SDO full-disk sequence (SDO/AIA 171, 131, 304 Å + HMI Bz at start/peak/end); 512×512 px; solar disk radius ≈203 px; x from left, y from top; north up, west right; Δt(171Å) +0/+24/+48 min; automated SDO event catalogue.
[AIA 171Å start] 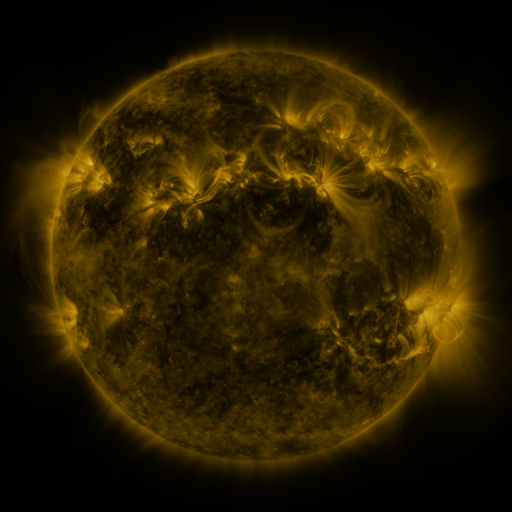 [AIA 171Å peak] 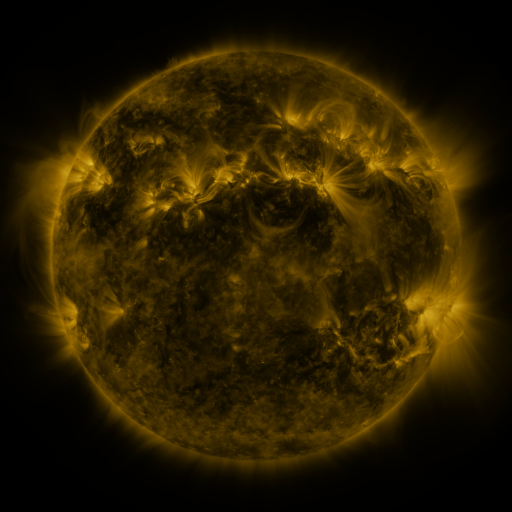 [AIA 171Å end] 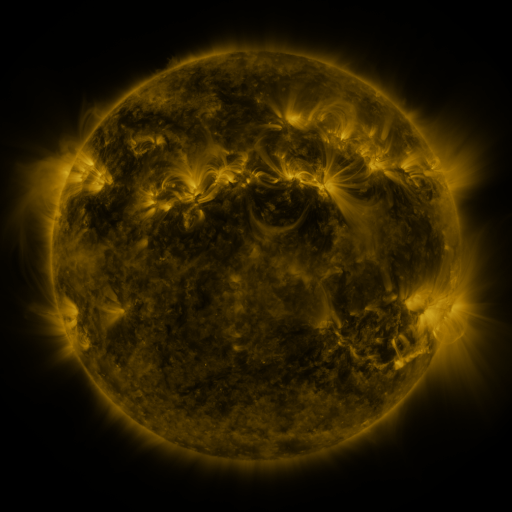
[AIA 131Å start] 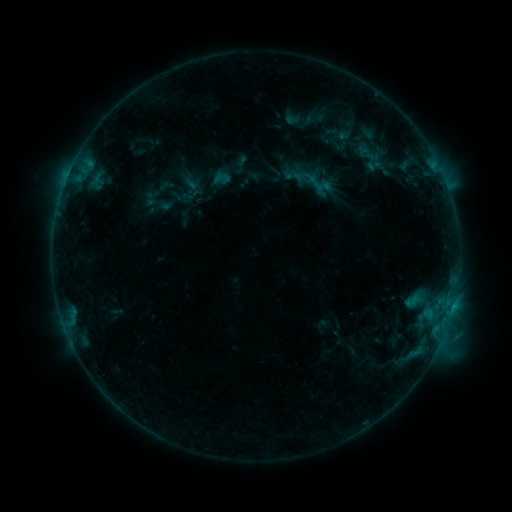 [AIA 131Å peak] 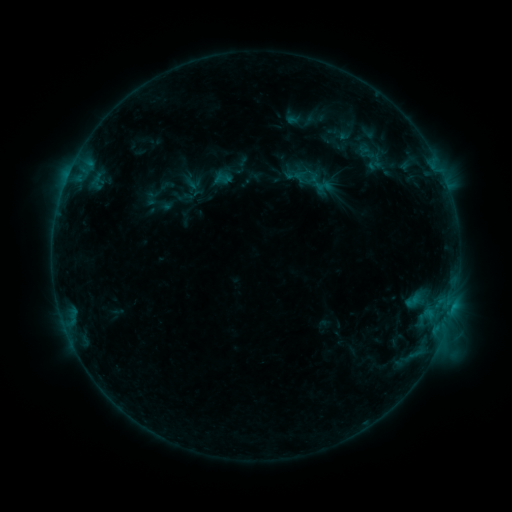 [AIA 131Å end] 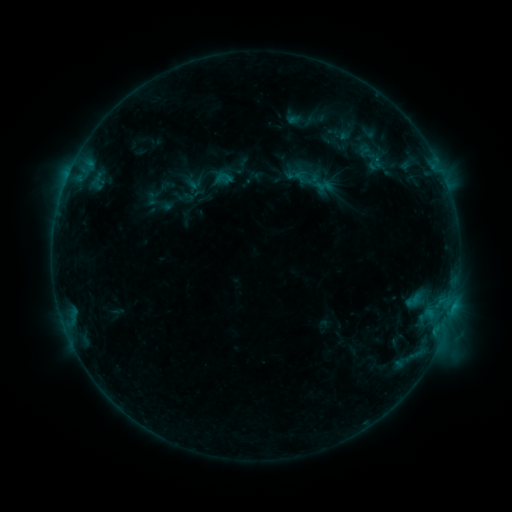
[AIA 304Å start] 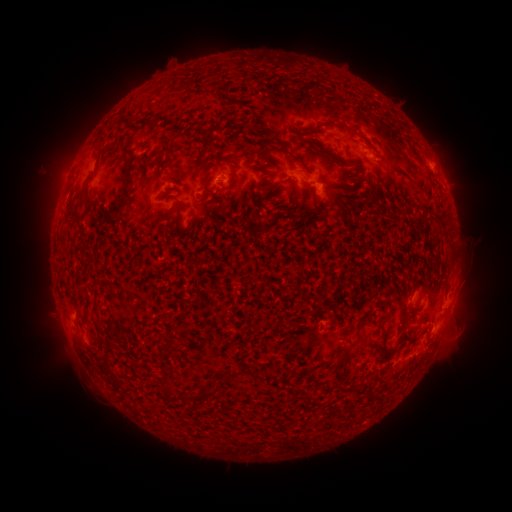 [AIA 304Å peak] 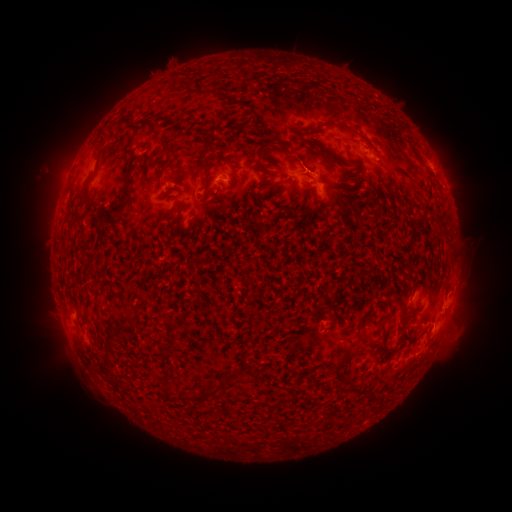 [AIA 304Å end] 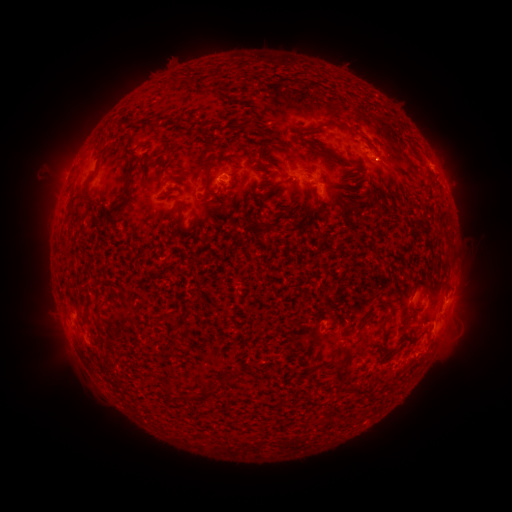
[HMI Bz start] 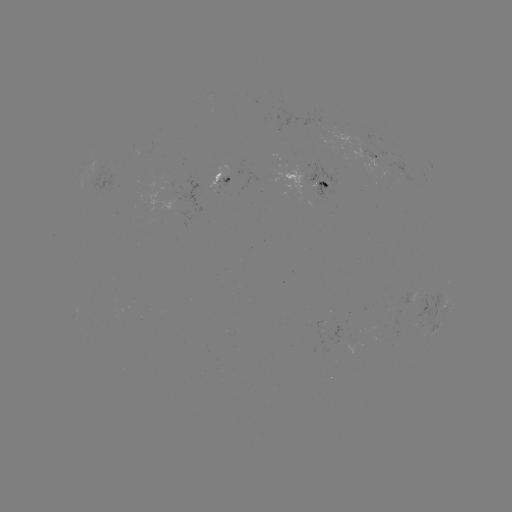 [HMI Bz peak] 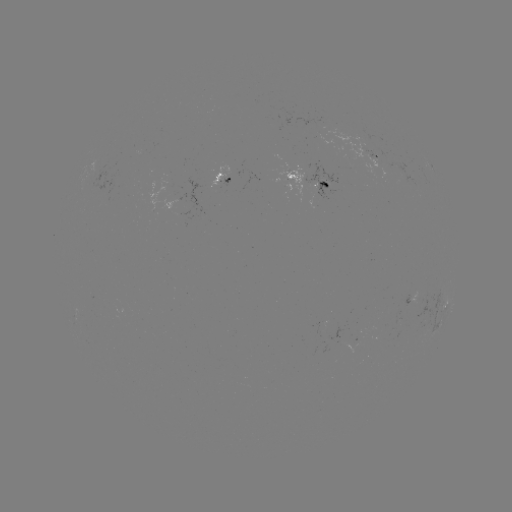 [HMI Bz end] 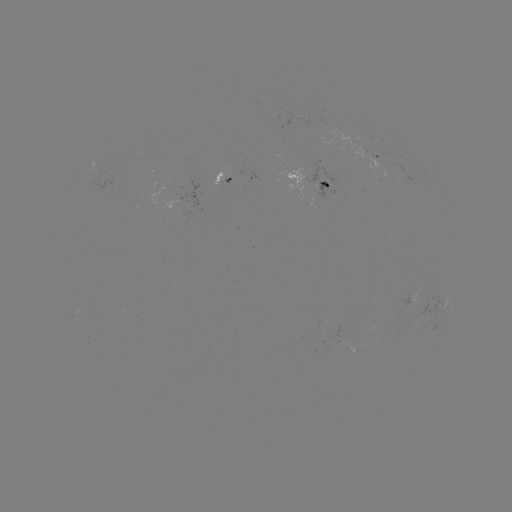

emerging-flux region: <bbox>277, 165, 311, 195</bbox>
